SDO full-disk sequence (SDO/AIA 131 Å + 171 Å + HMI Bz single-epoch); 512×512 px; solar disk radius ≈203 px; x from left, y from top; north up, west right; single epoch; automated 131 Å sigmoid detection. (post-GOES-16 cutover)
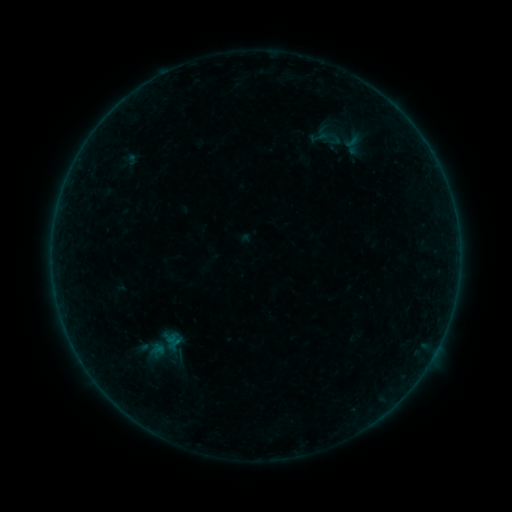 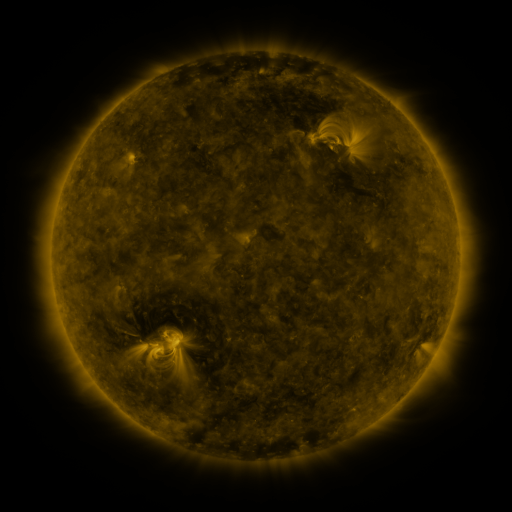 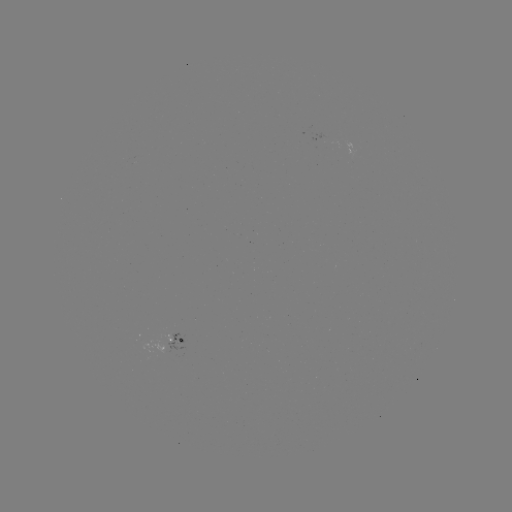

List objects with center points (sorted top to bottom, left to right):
sigmoid: [319, 133, 347, 150]
sigmoid: [133, 326, 191, 364]
